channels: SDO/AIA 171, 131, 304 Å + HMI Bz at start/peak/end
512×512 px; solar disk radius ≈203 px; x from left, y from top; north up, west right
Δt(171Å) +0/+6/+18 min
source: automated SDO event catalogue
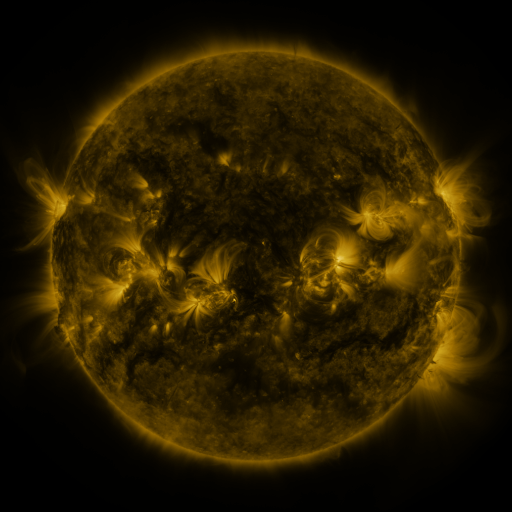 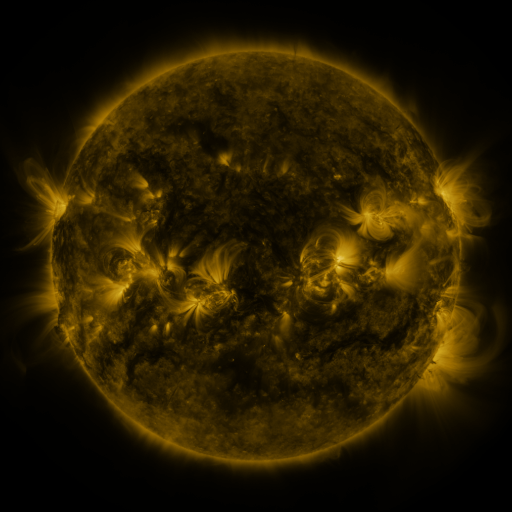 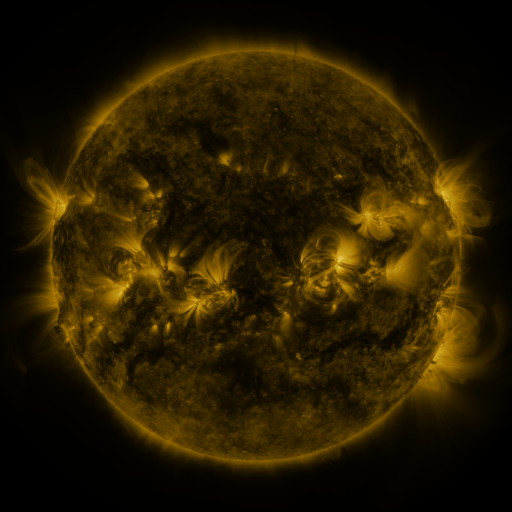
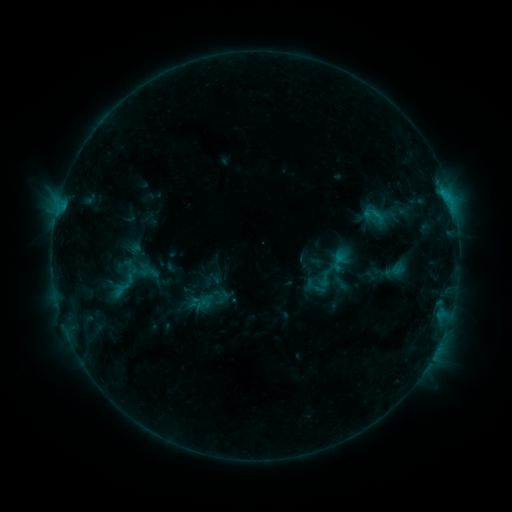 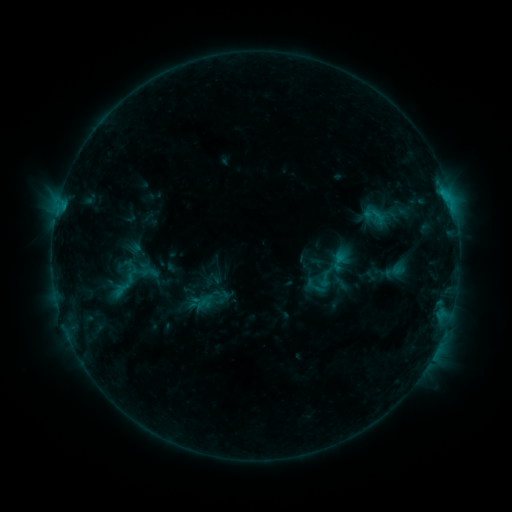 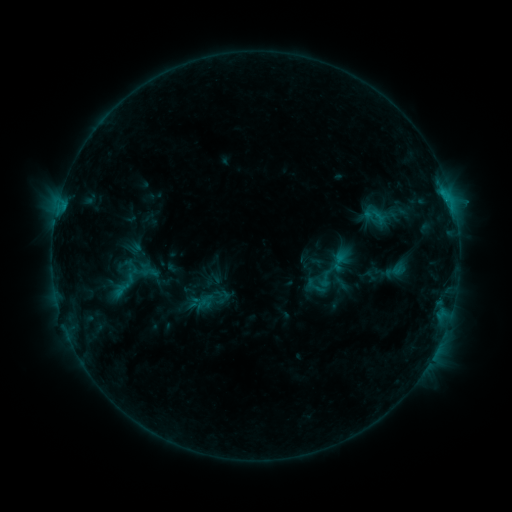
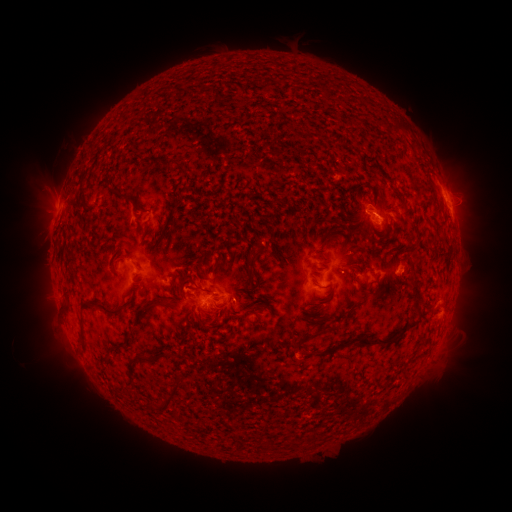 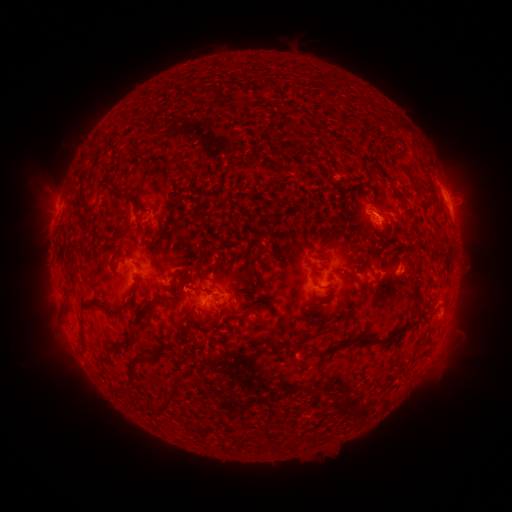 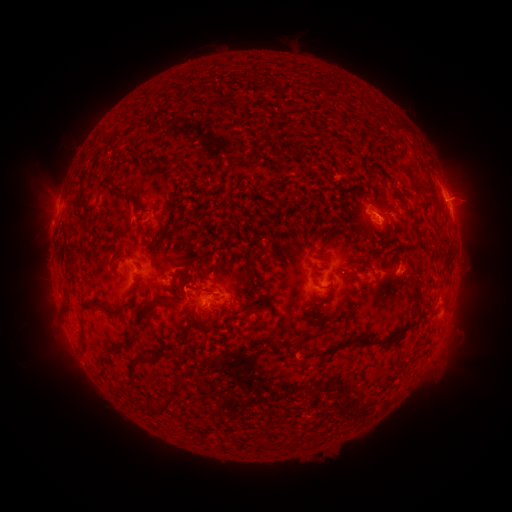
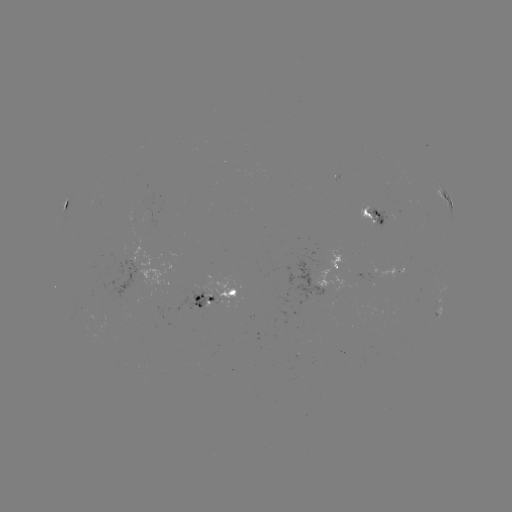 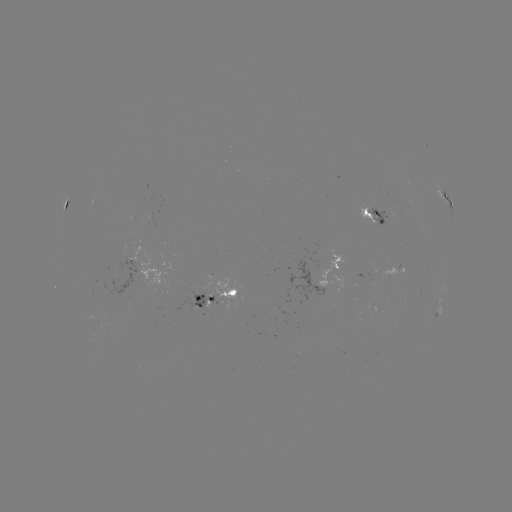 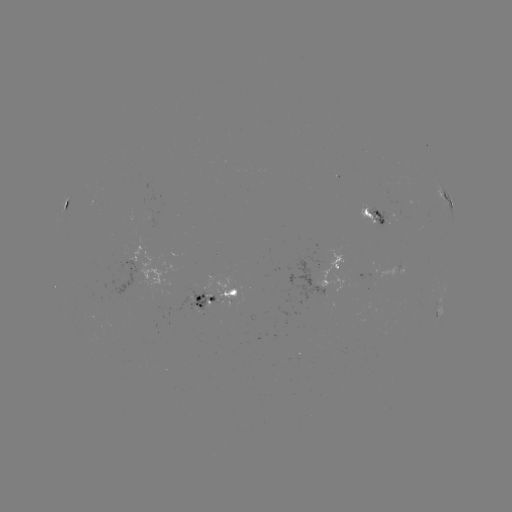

no catalogued flare and no flagged EUV brightening in this window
